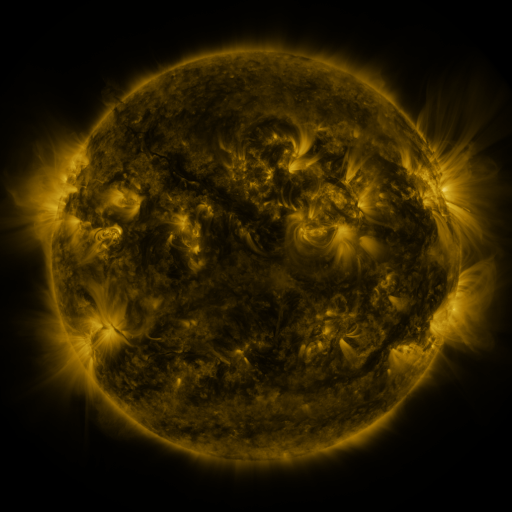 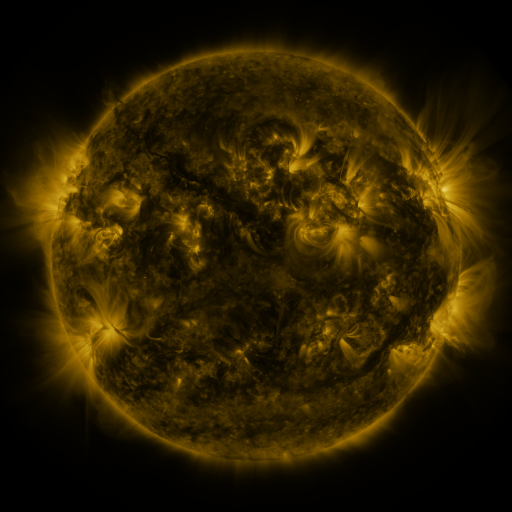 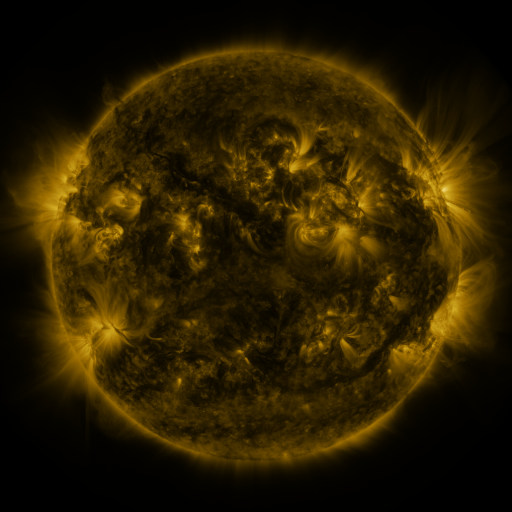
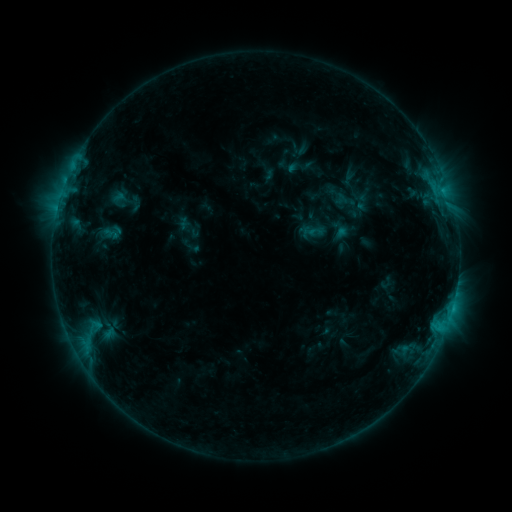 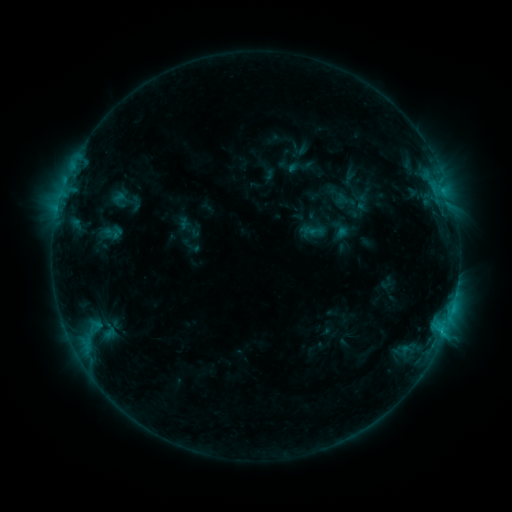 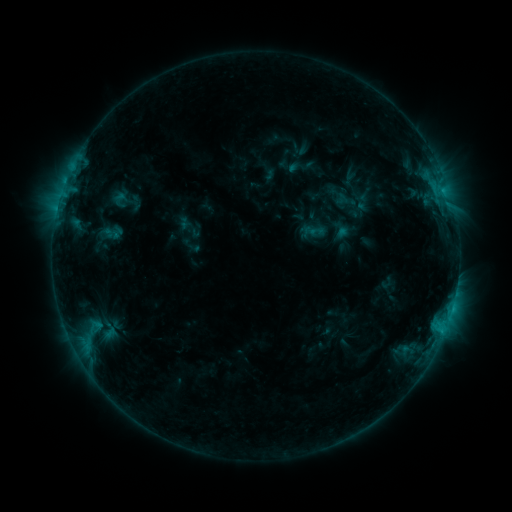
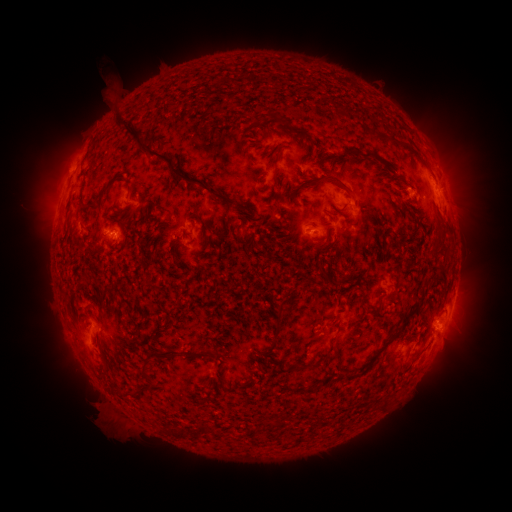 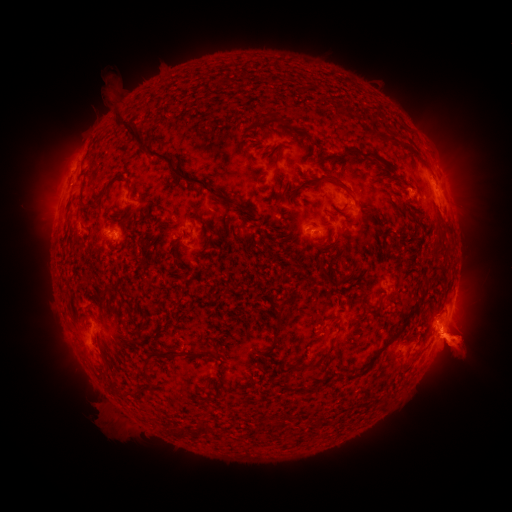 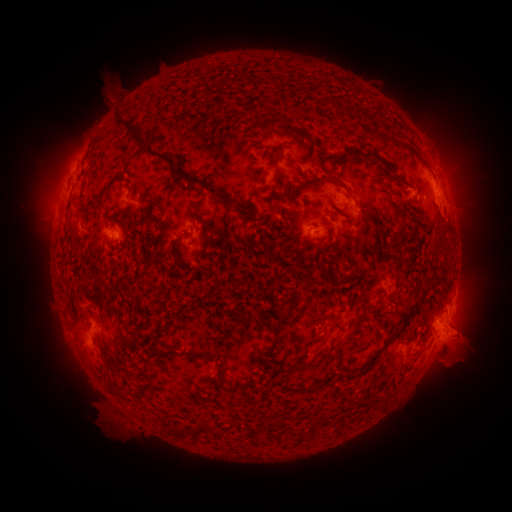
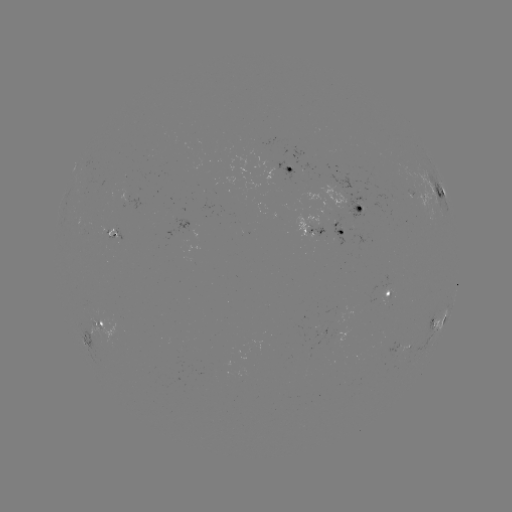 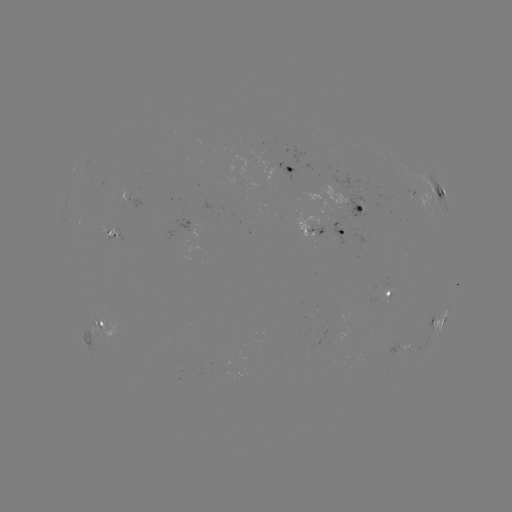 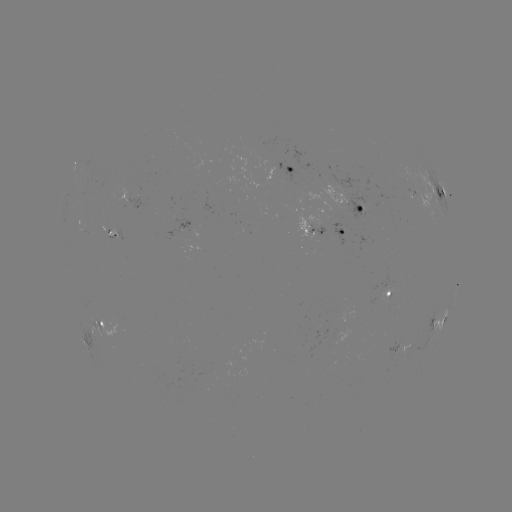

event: eruption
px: (463, 344)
